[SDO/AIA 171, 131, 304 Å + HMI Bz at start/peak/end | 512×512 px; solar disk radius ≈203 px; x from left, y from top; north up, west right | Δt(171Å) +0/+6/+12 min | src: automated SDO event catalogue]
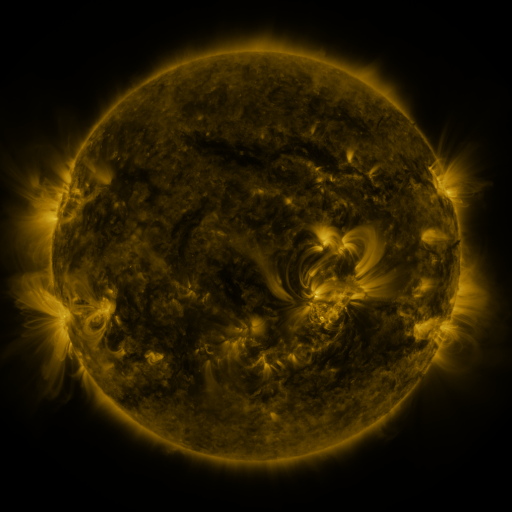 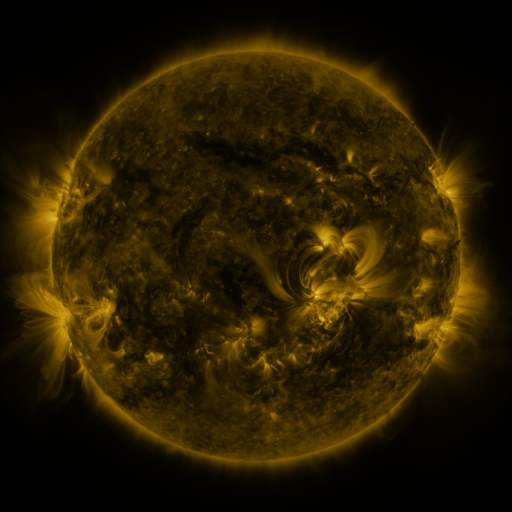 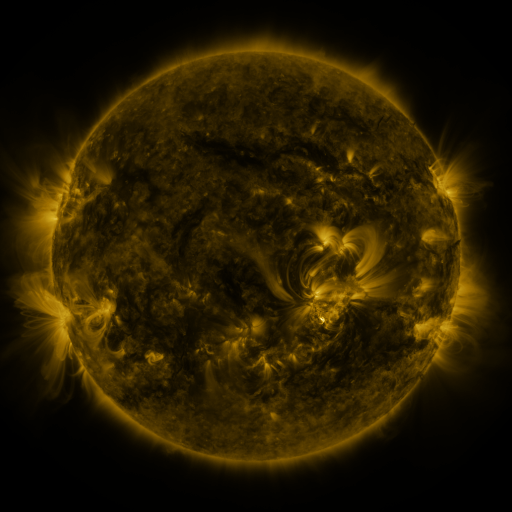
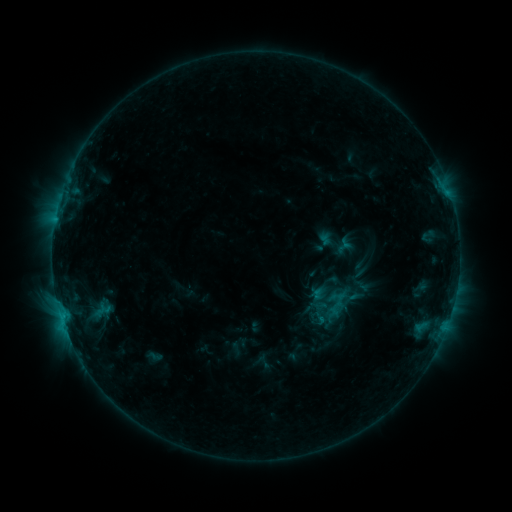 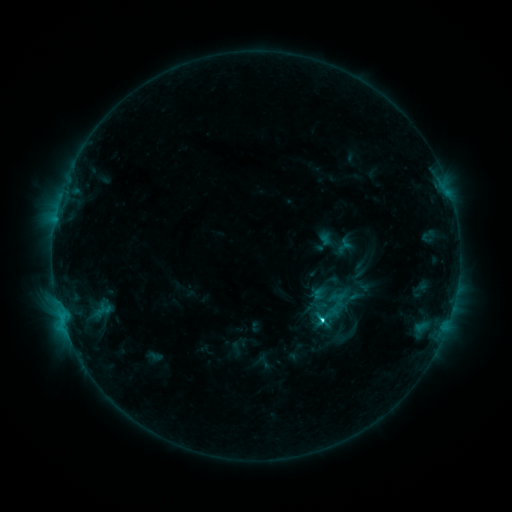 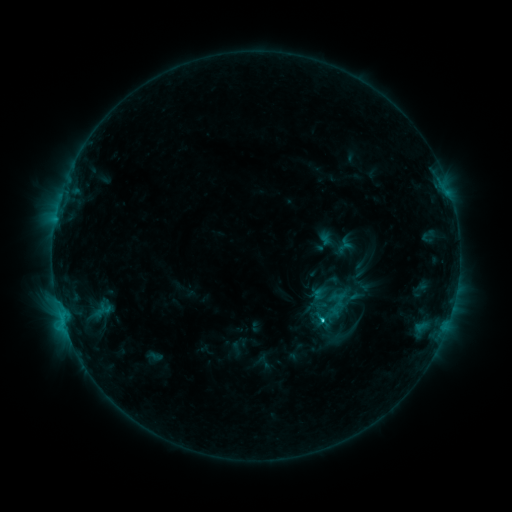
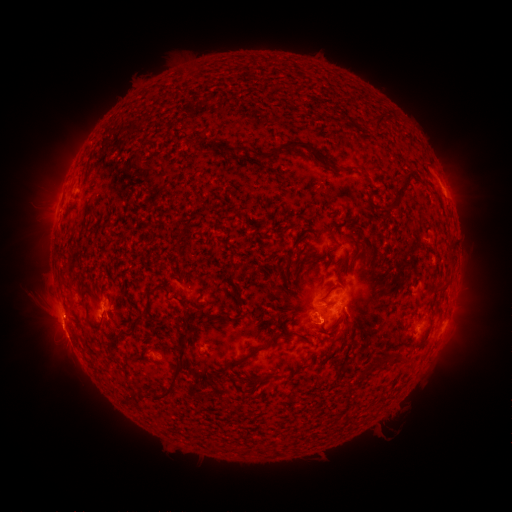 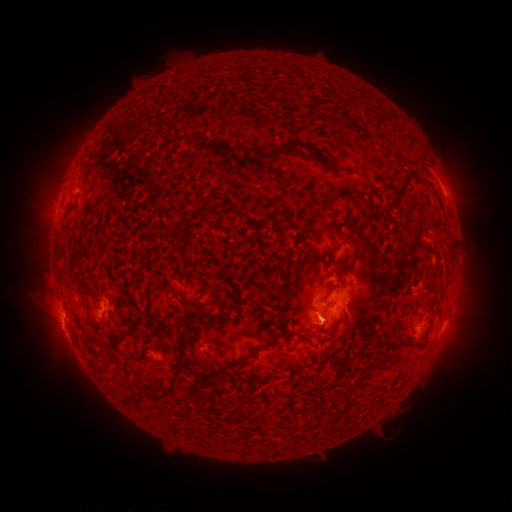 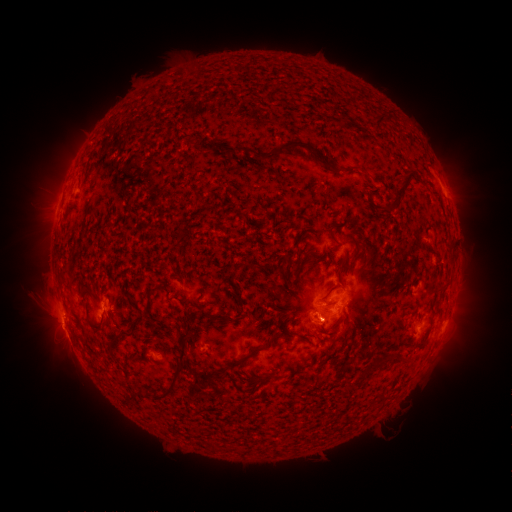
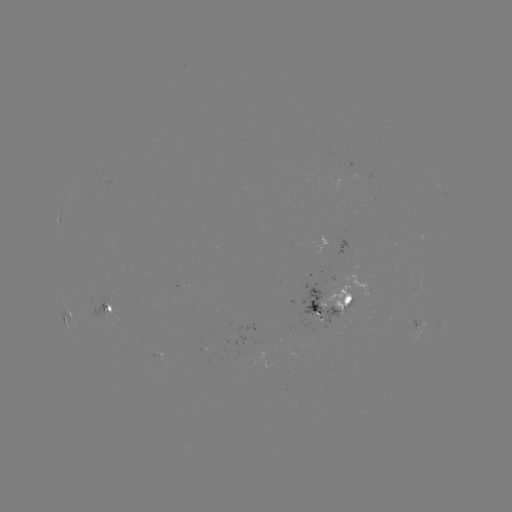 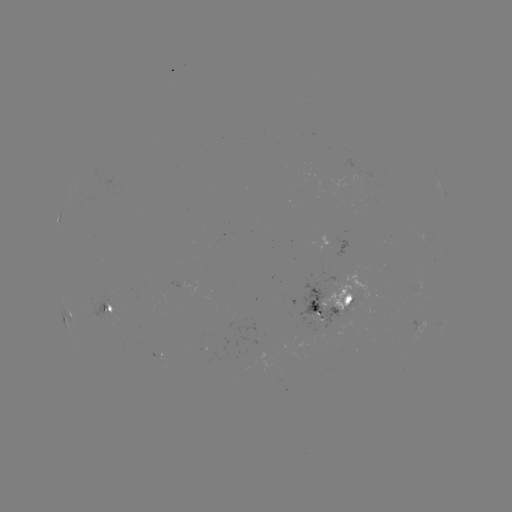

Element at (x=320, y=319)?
C3.1 flare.